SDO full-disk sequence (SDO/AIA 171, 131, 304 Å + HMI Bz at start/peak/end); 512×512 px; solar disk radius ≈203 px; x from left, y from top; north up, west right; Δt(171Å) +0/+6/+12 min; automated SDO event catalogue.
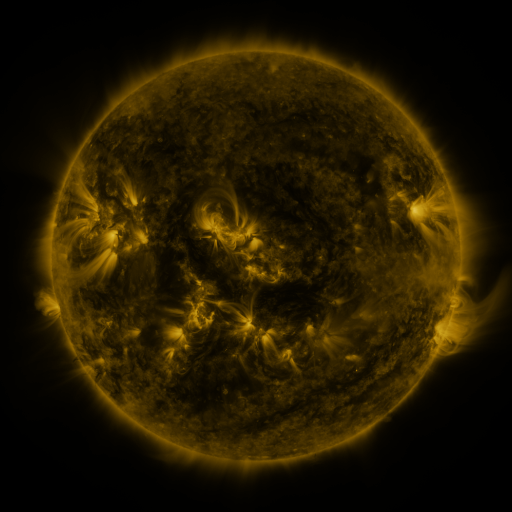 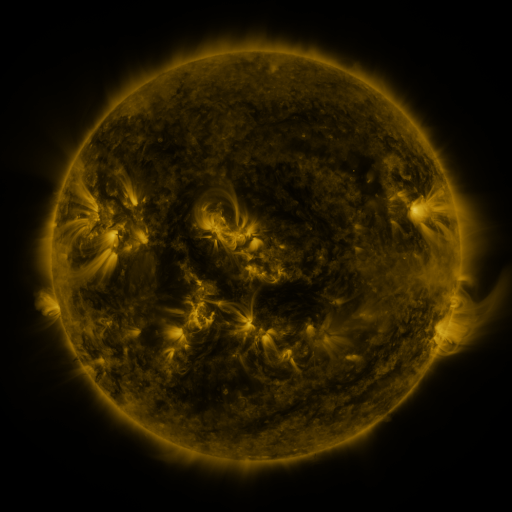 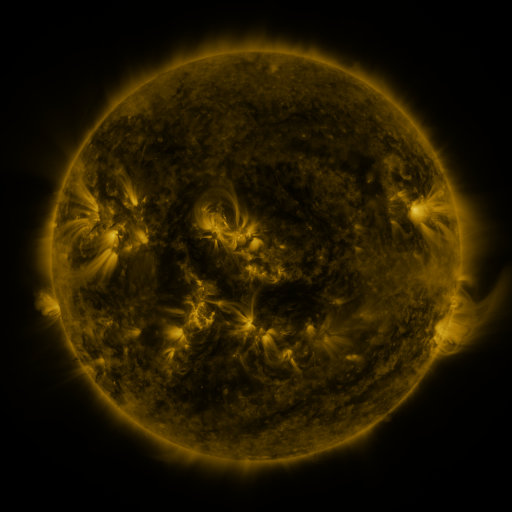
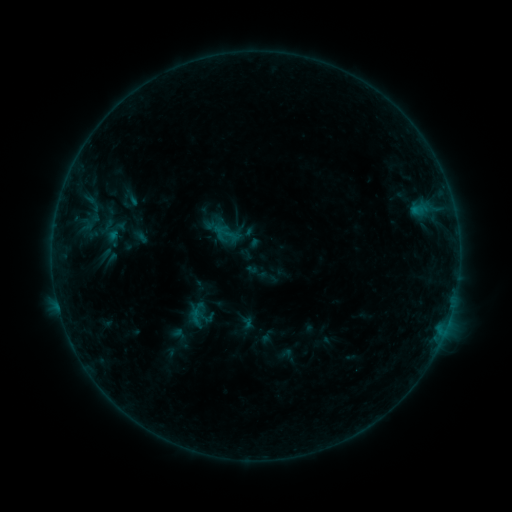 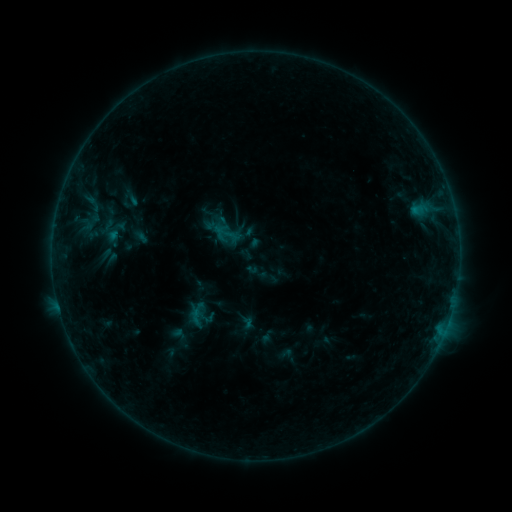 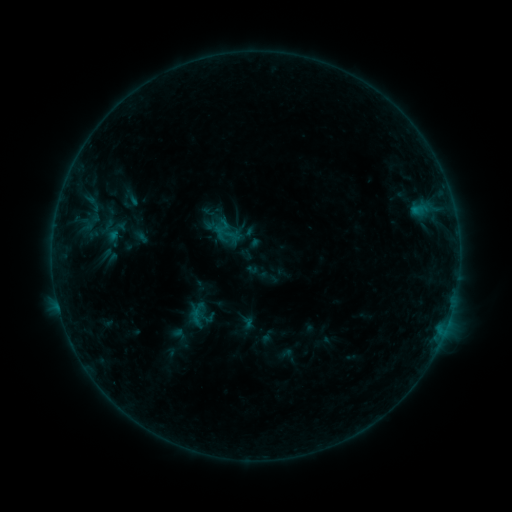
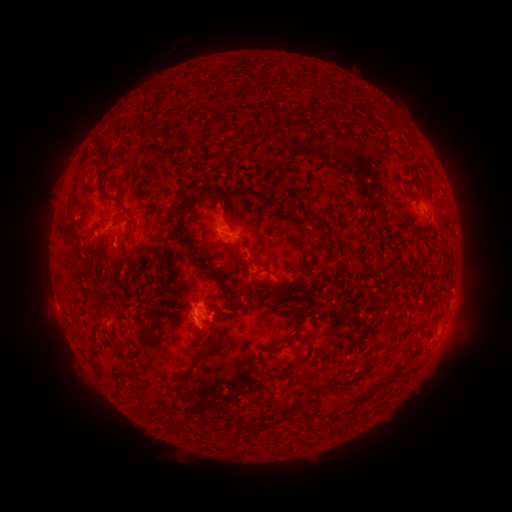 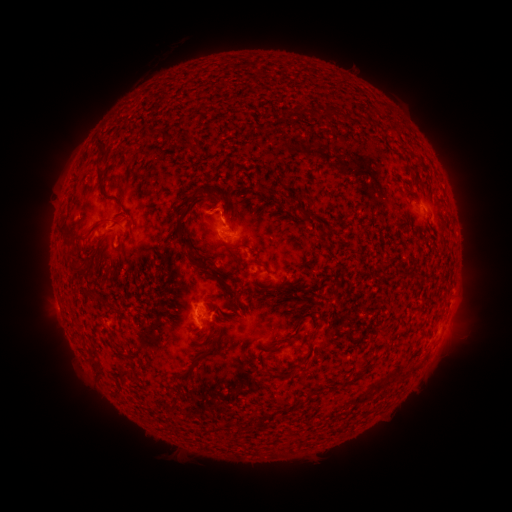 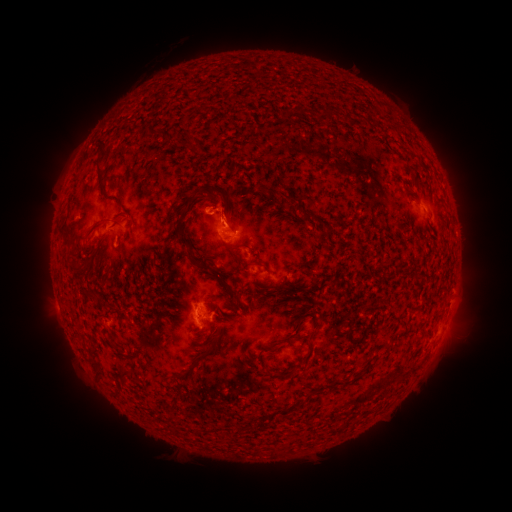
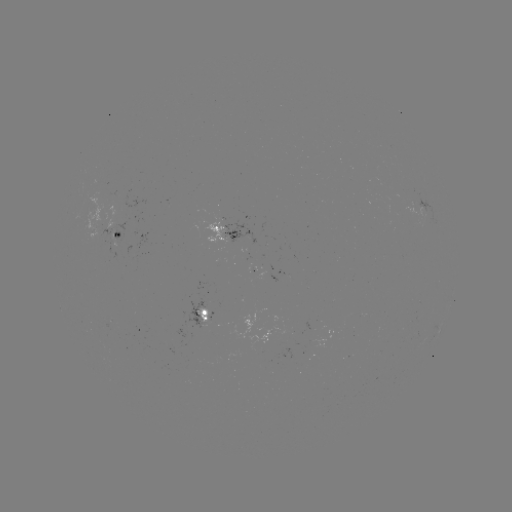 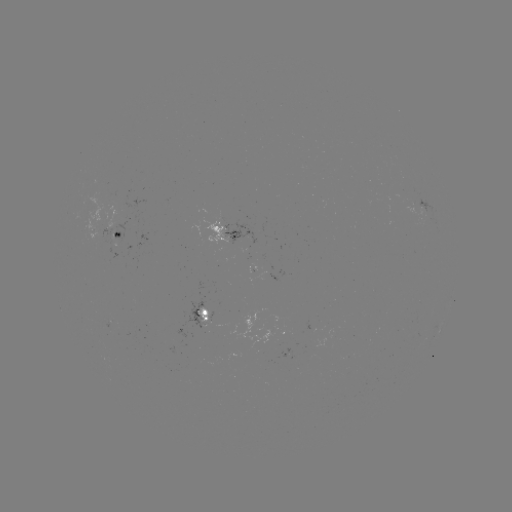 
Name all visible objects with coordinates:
eruption: (235, 207)
